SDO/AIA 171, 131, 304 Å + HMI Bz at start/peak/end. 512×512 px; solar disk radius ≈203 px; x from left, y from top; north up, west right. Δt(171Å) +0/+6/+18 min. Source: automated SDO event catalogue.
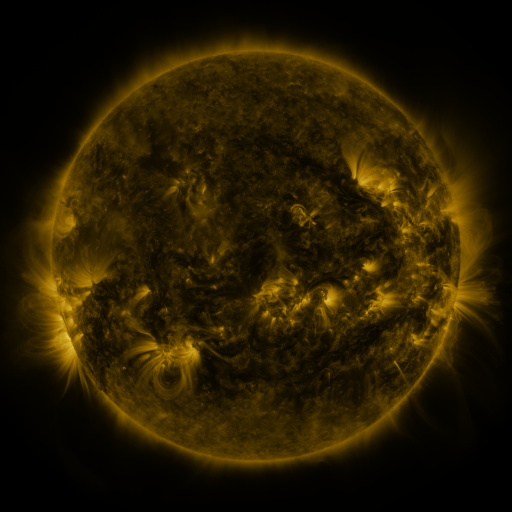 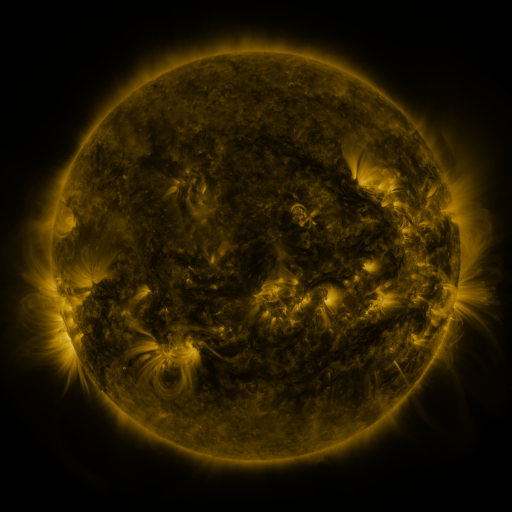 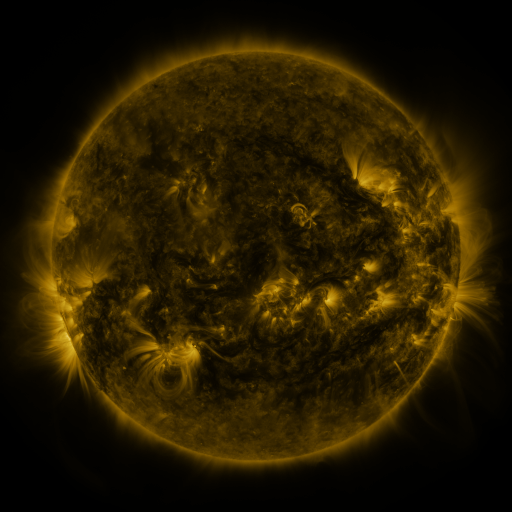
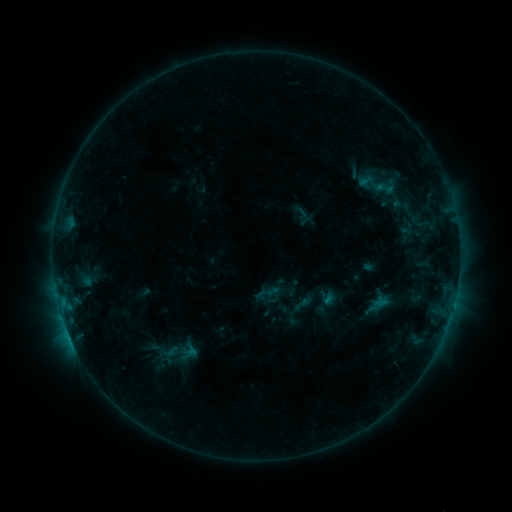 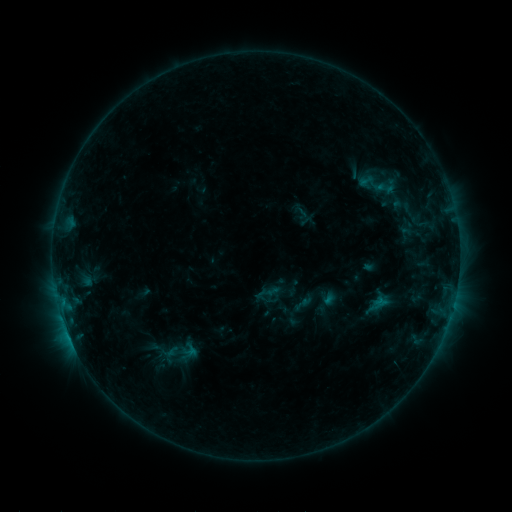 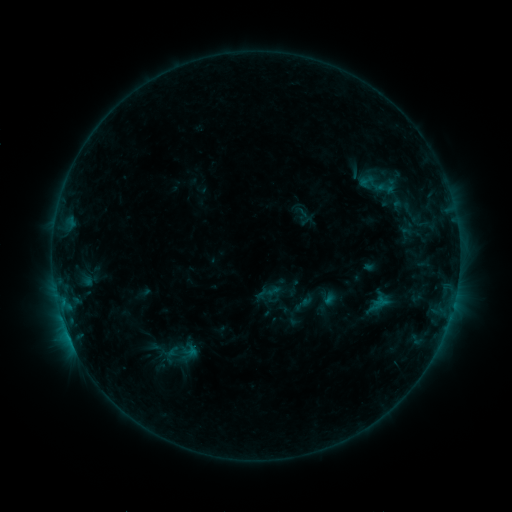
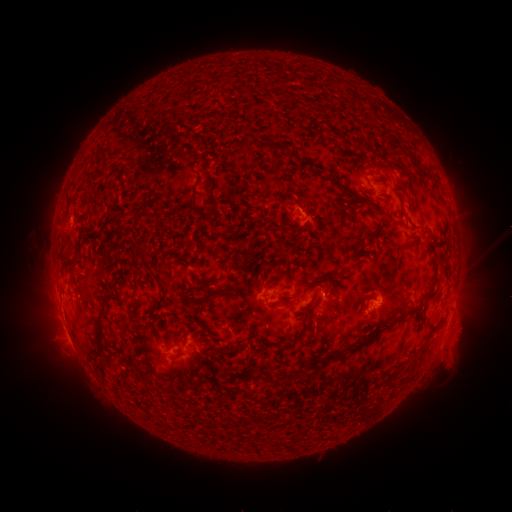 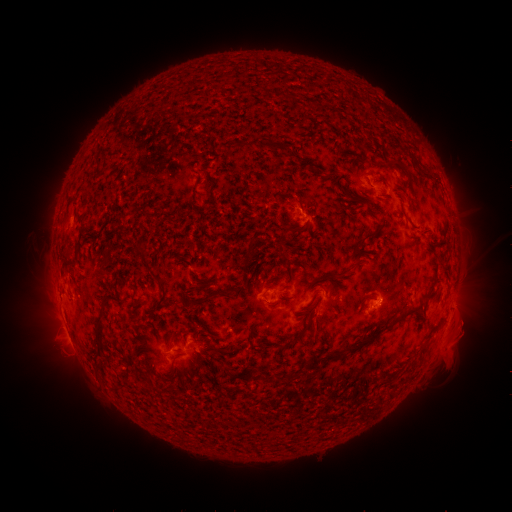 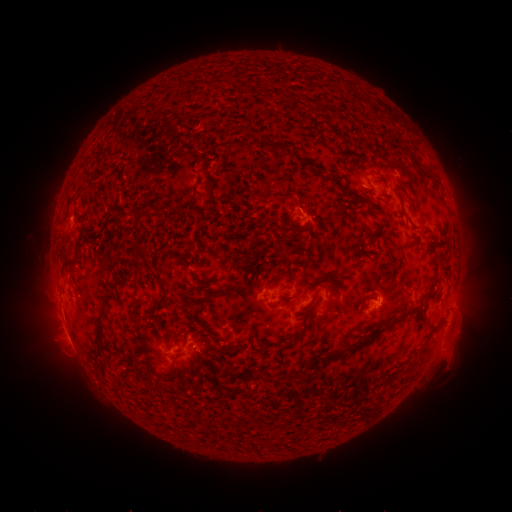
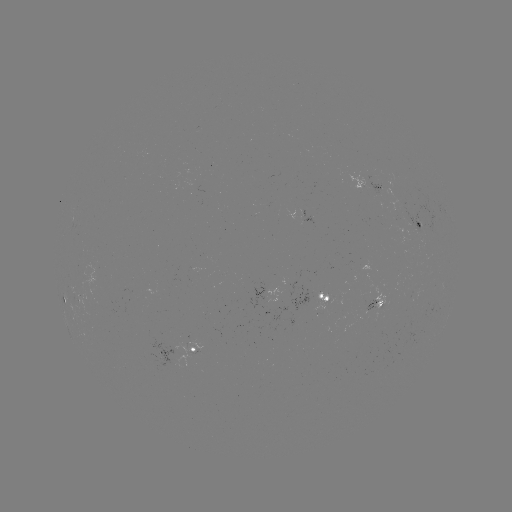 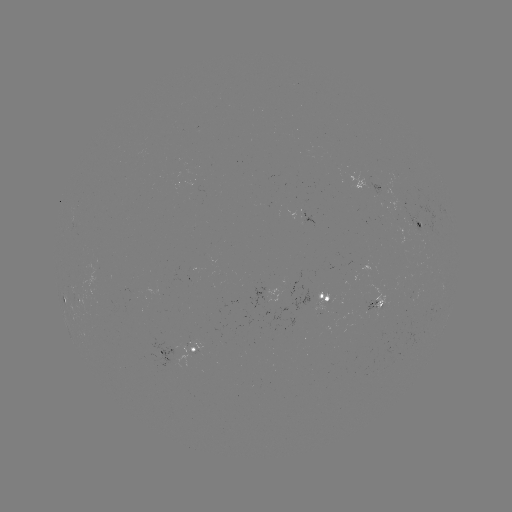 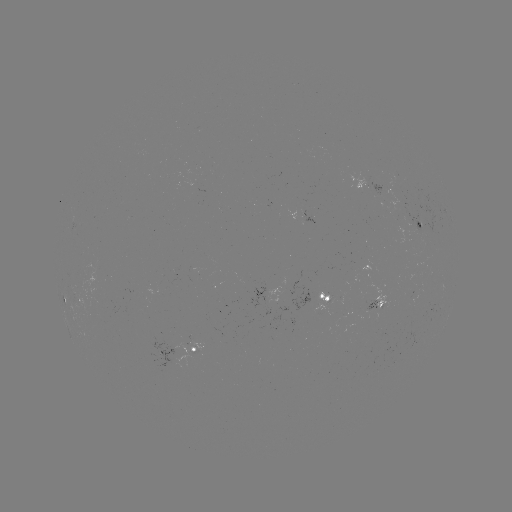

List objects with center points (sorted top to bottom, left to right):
eruption: (463, 336)
